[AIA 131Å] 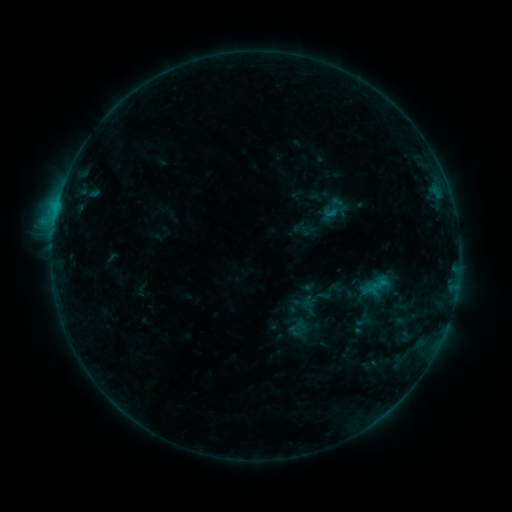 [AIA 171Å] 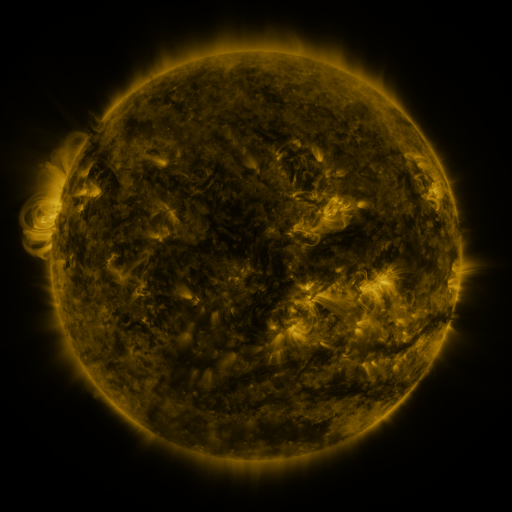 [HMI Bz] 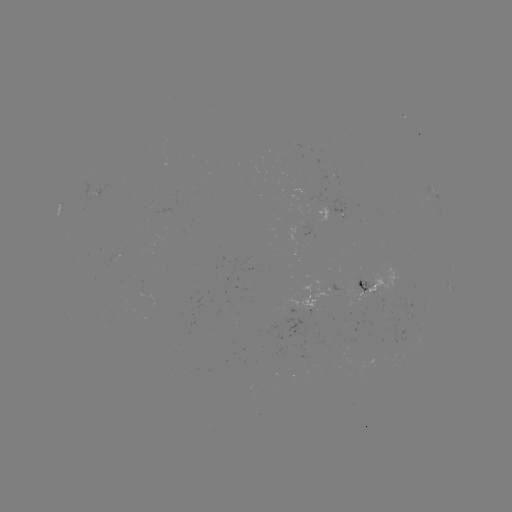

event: sigmoid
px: (333, 207)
